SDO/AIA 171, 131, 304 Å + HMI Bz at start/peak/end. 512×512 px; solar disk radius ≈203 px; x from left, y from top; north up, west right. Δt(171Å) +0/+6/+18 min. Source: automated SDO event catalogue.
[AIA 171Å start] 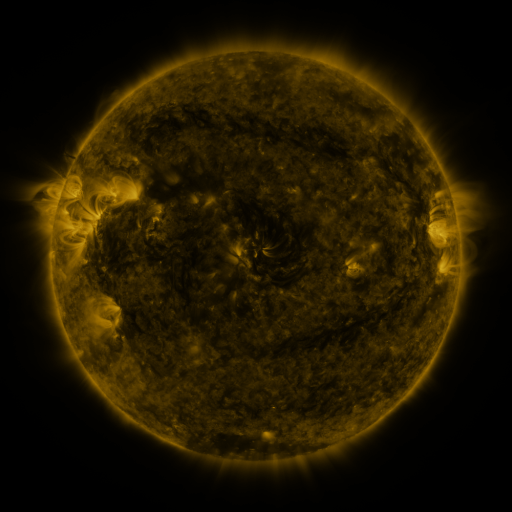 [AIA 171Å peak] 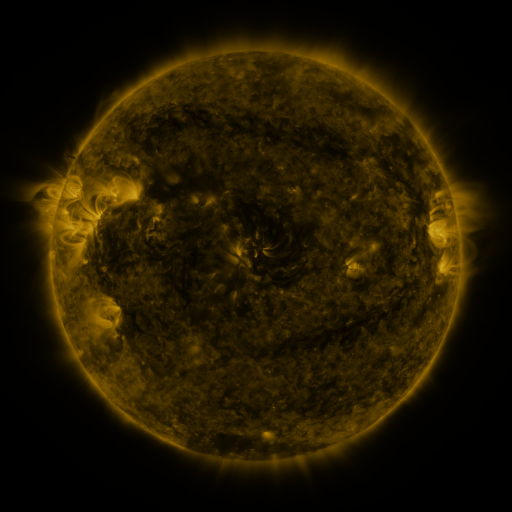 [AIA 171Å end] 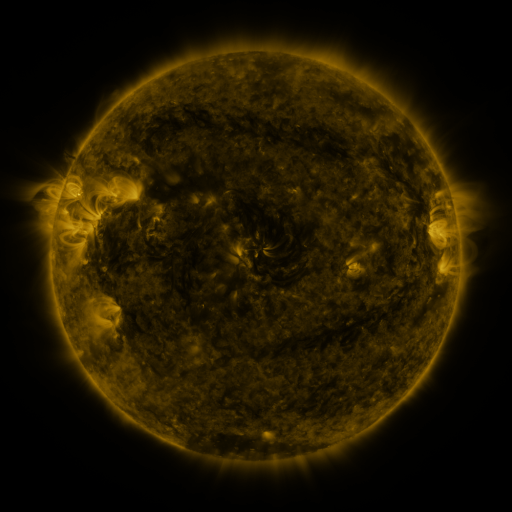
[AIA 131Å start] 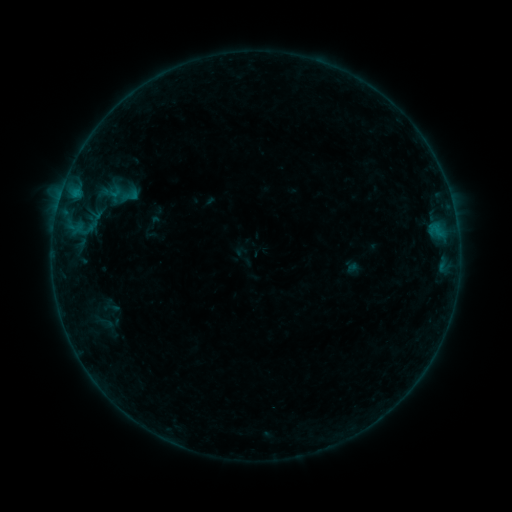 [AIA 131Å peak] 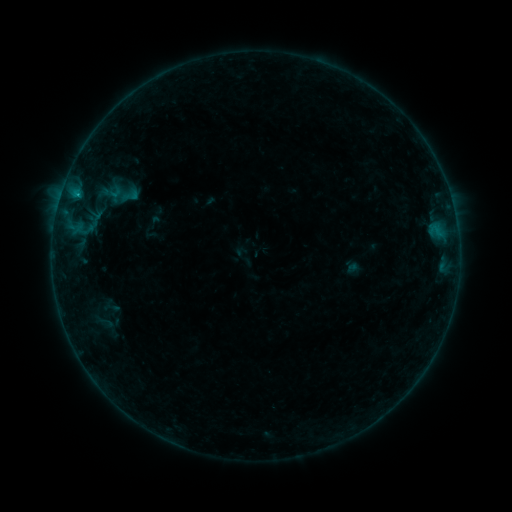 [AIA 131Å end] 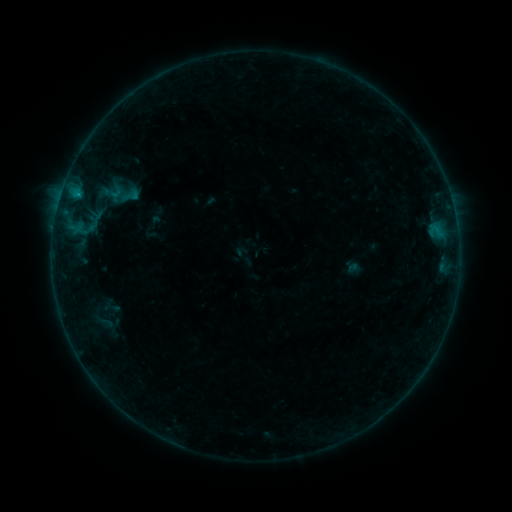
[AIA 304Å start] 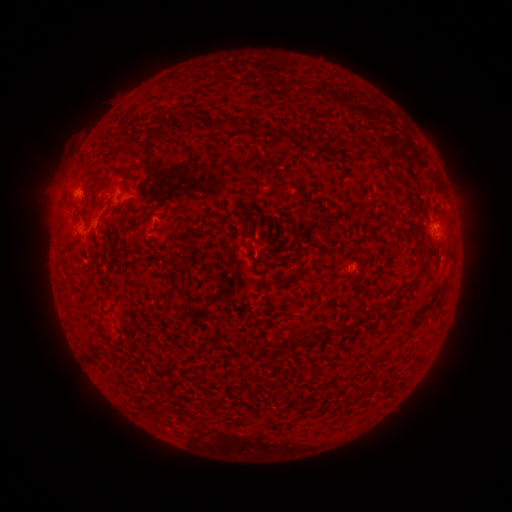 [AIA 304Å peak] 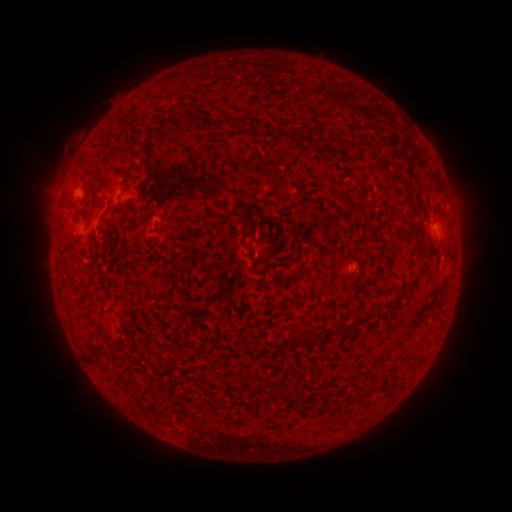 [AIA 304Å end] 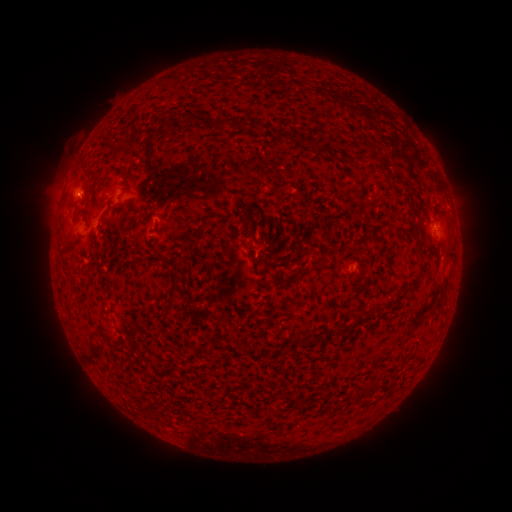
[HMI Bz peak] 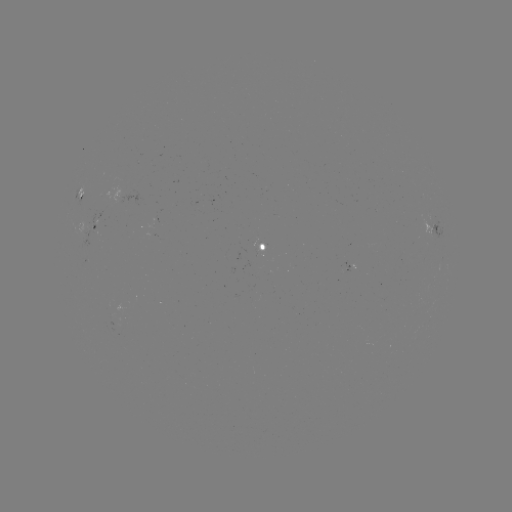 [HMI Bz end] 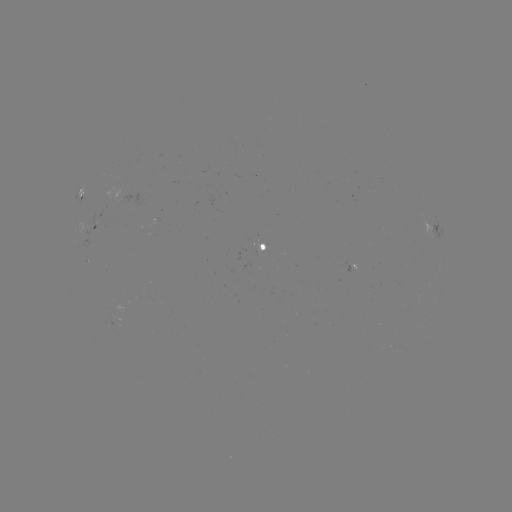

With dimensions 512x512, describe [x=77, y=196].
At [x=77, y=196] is B2.5 flare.